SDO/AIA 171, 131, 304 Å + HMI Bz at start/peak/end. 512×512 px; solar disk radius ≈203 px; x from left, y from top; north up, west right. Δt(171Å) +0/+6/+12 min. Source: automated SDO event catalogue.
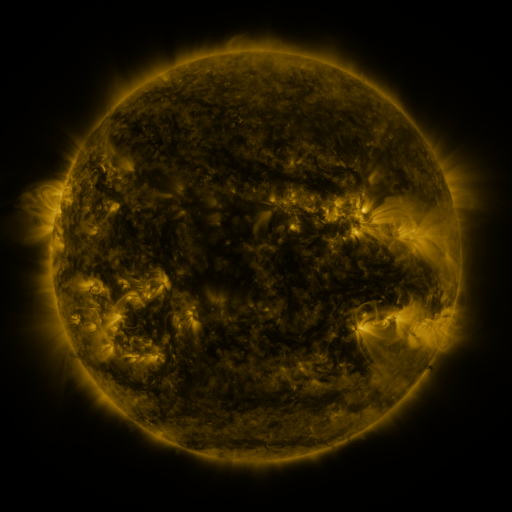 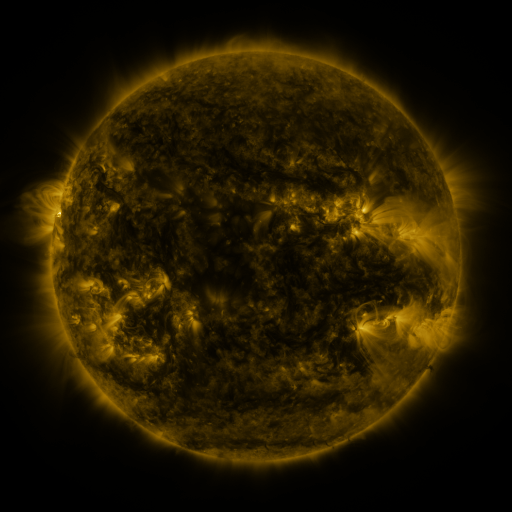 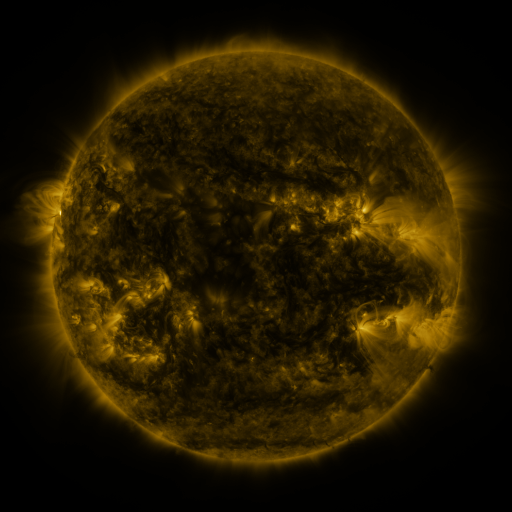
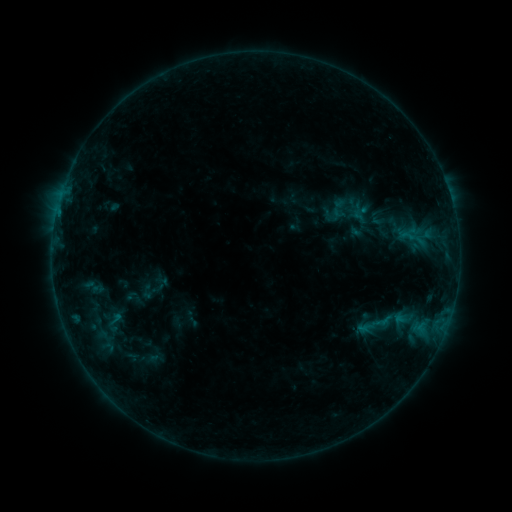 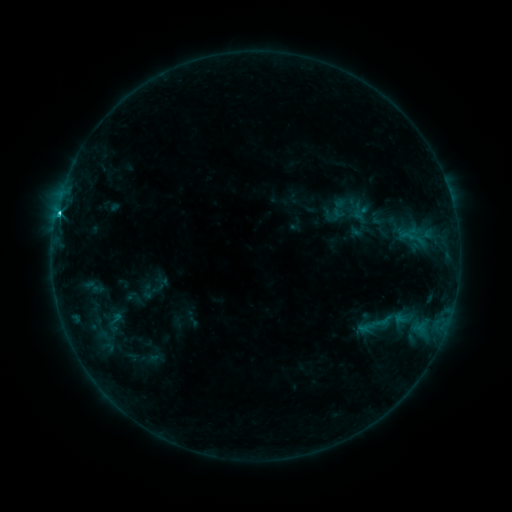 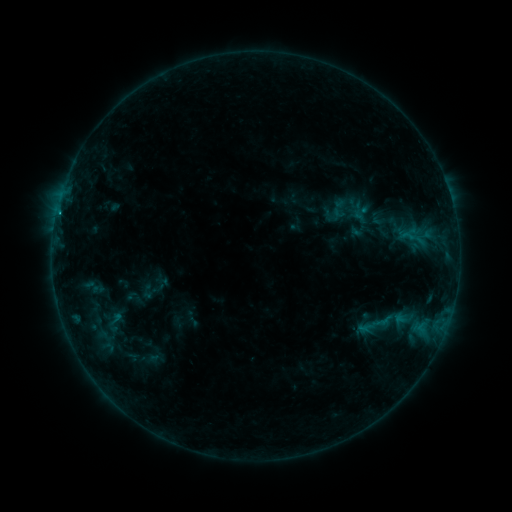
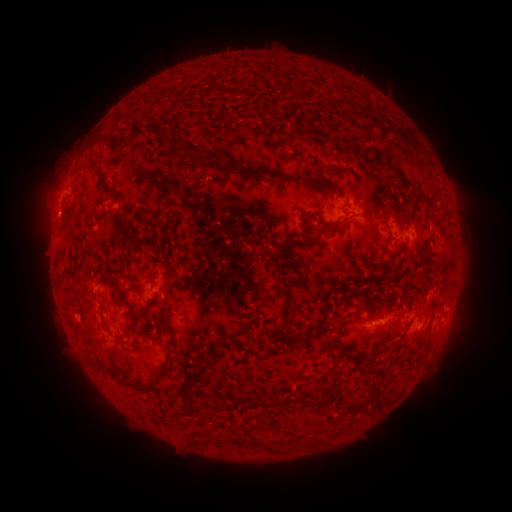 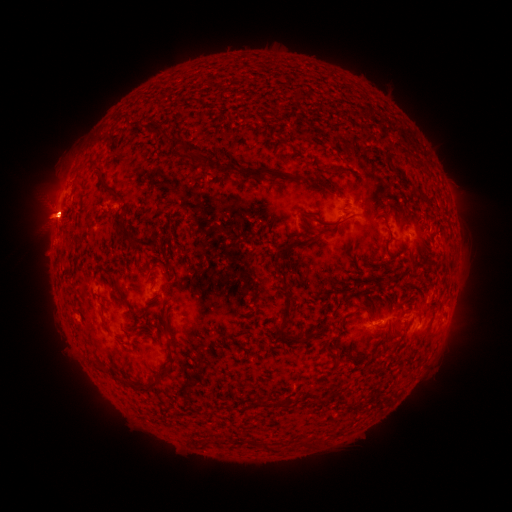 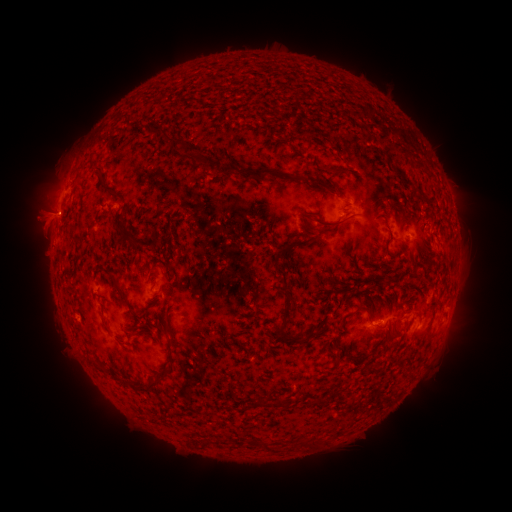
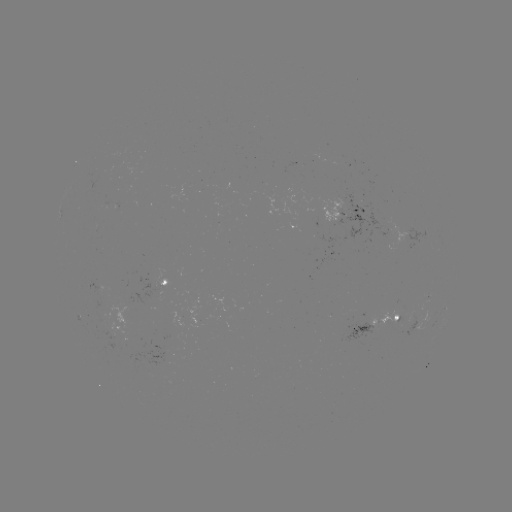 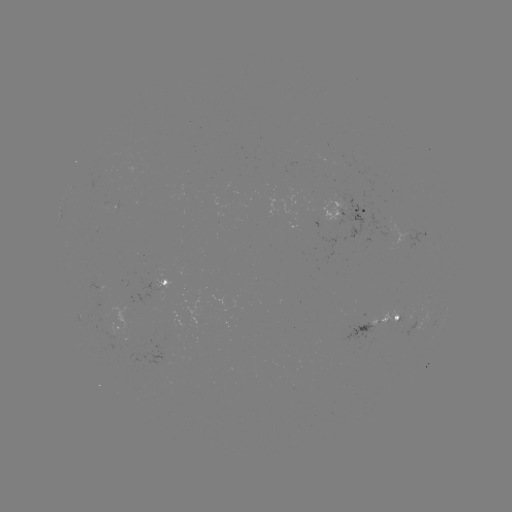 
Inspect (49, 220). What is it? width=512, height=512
eruption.